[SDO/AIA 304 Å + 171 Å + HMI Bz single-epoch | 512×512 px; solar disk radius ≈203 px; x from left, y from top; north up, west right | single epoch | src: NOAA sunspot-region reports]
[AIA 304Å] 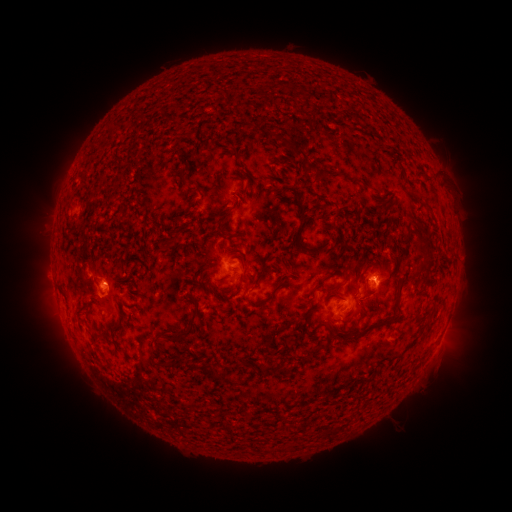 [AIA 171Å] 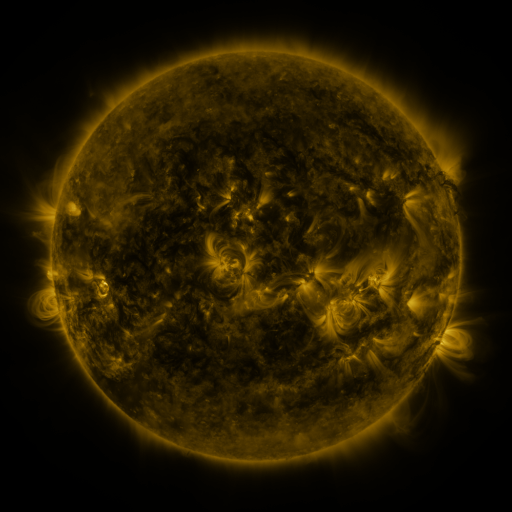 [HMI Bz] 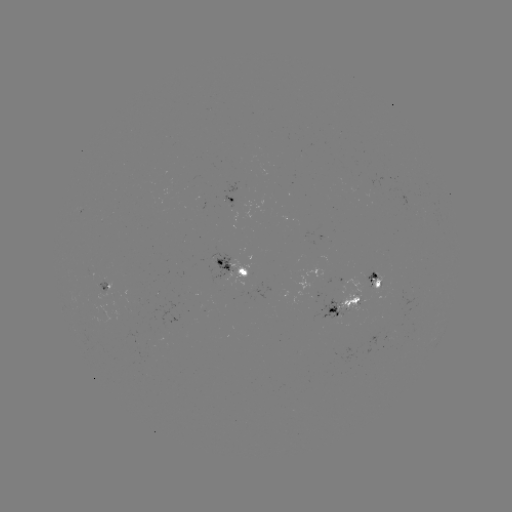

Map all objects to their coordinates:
spotted active region: (238, 199)
spotted active region: (256, 266)
spotted active region: (376, 280)
spotted active region: (105, 285)
spotted active region: (347, 306)
